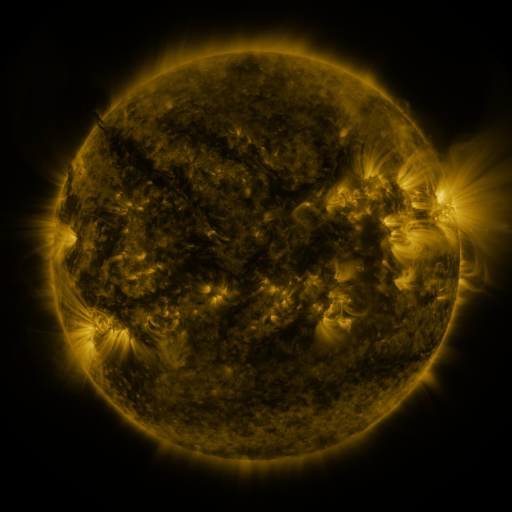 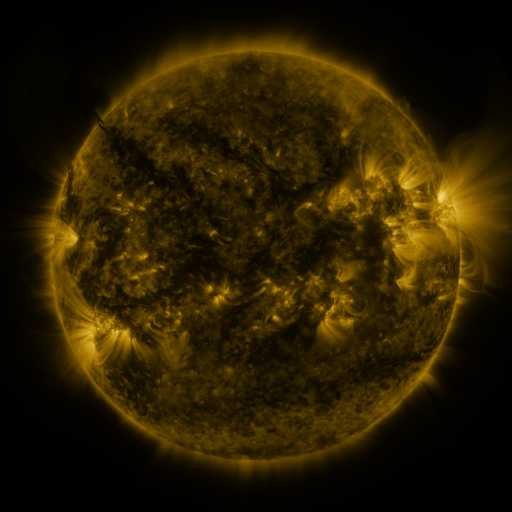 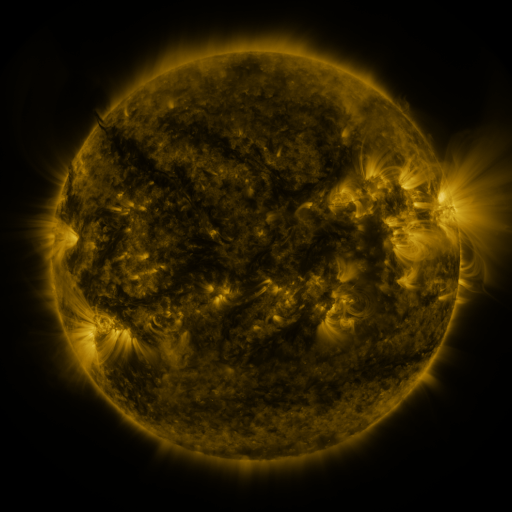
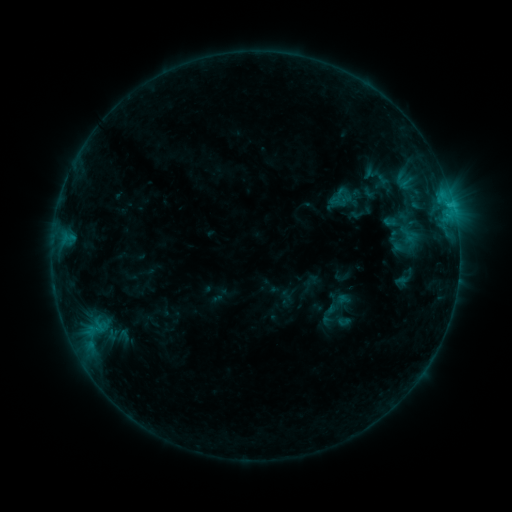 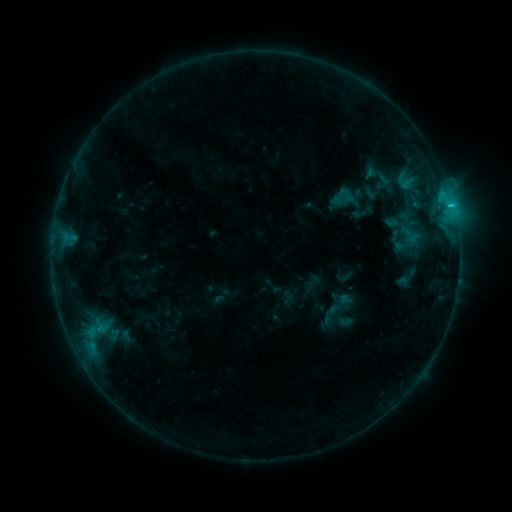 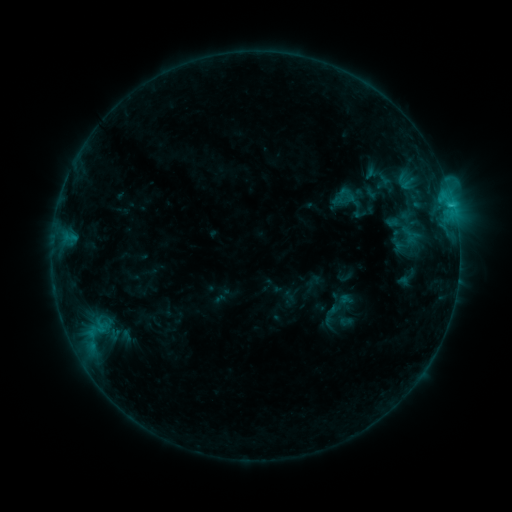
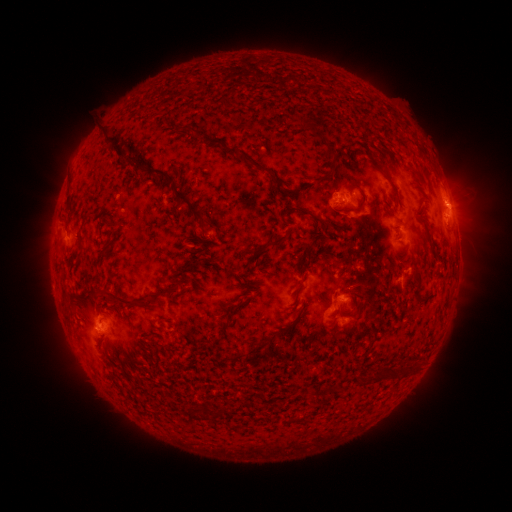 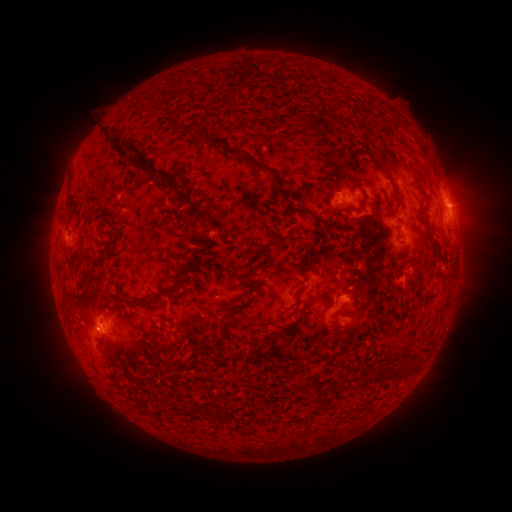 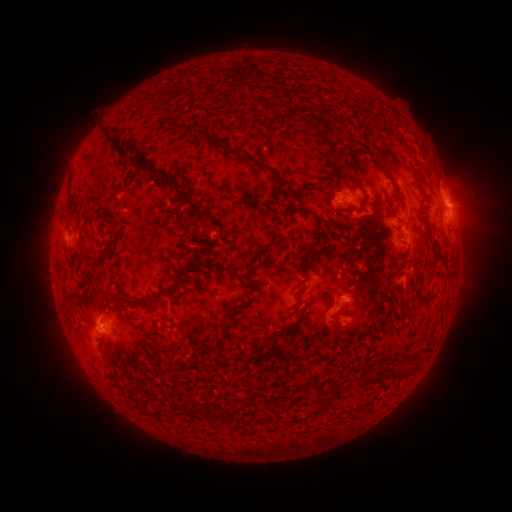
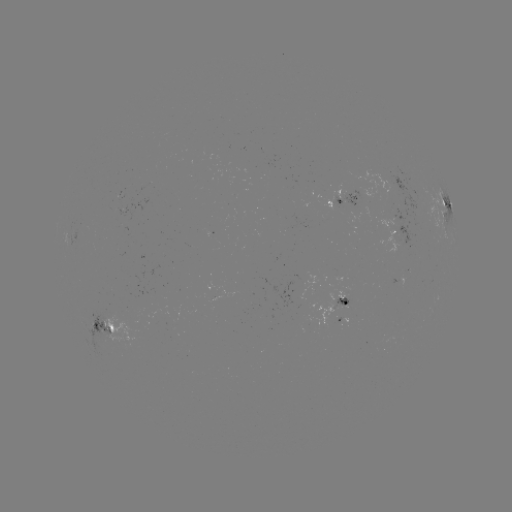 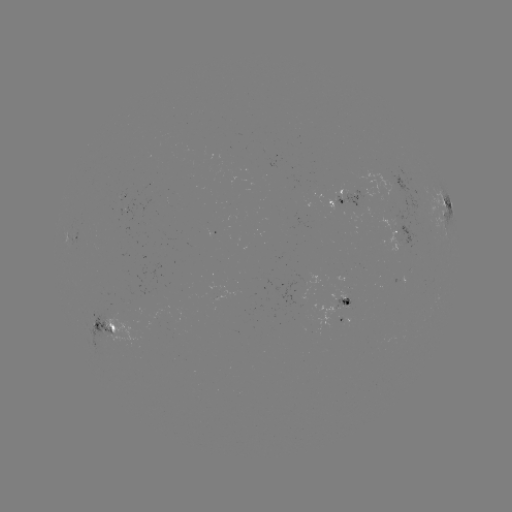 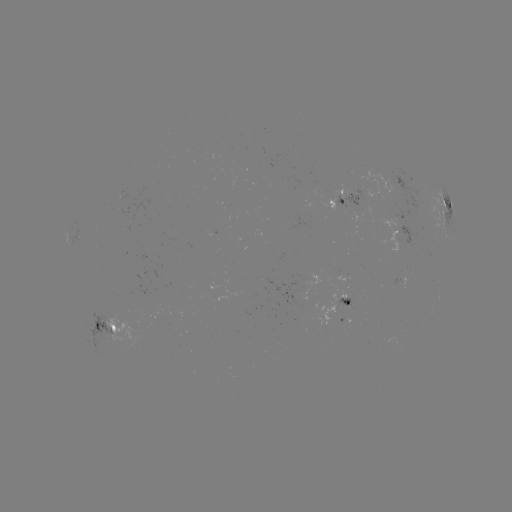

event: emerging-flux region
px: (339, 291)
